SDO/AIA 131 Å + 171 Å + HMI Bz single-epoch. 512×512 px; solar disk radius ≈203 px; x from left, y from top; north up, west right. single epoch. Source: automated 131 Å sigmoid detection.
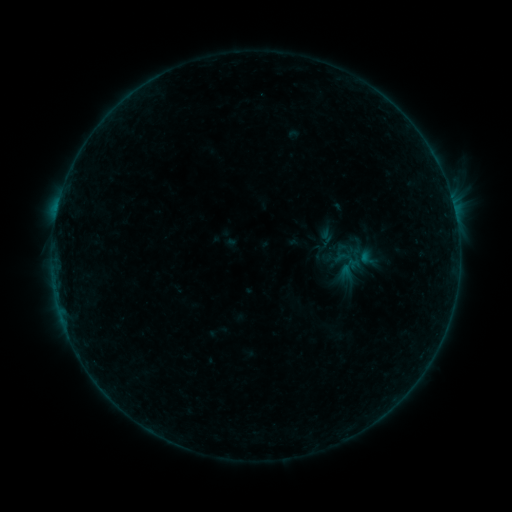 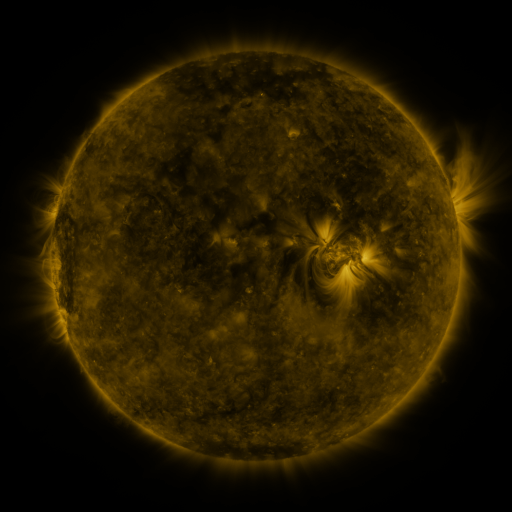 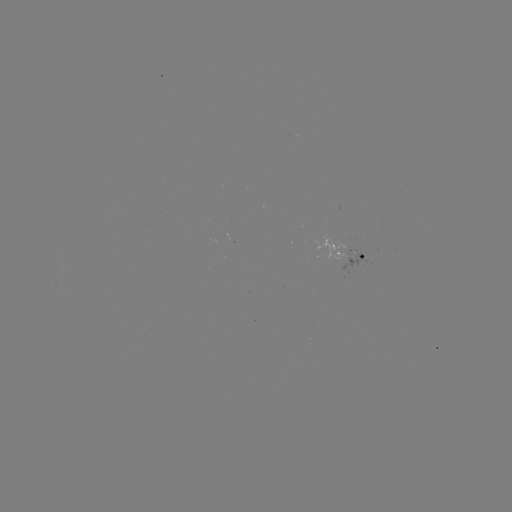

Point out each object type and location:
sigmoid: (321, 250)
